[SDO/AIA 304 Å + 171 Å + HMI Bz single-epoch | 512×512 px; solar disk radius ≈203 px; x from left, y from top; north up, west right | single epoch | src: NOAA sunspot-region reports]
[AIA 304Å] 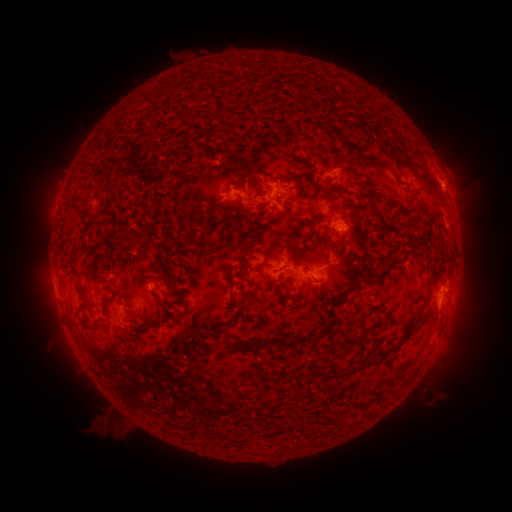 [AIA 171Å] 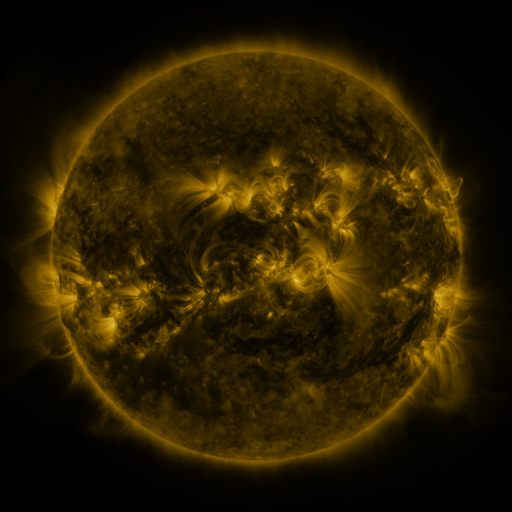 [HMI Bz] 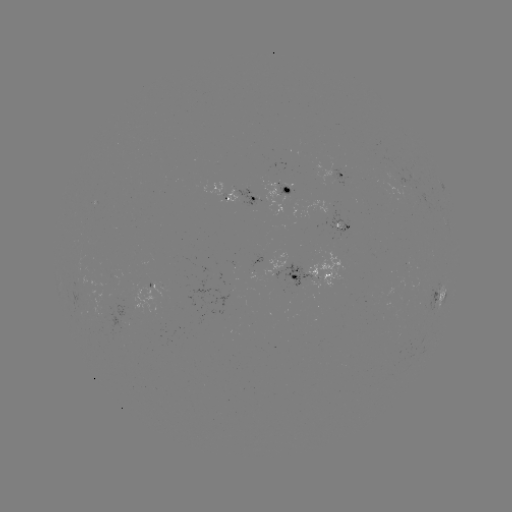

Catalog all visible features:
spotted active region: (337, 174)
spotted active region: (290, 192)
spotted active region: (242, 195)
spotted active region: (342, 225)
spotted active region: (270, 262)
spotted active region: (314, 270)
spotted active region: (439, 293)
